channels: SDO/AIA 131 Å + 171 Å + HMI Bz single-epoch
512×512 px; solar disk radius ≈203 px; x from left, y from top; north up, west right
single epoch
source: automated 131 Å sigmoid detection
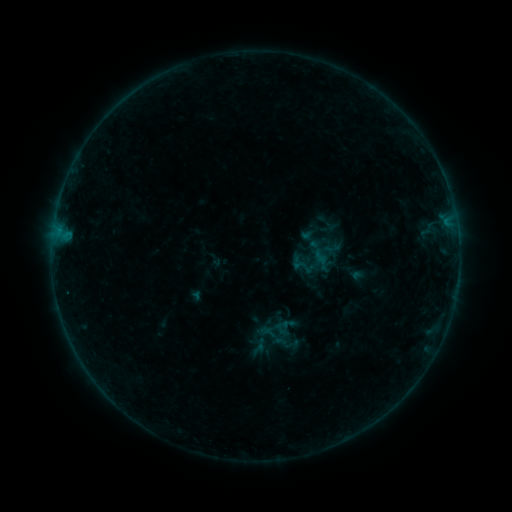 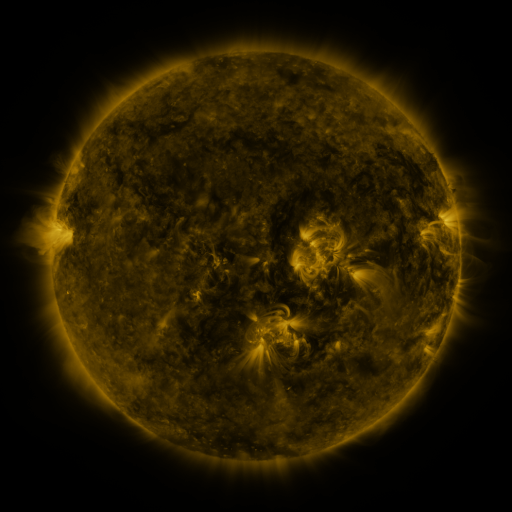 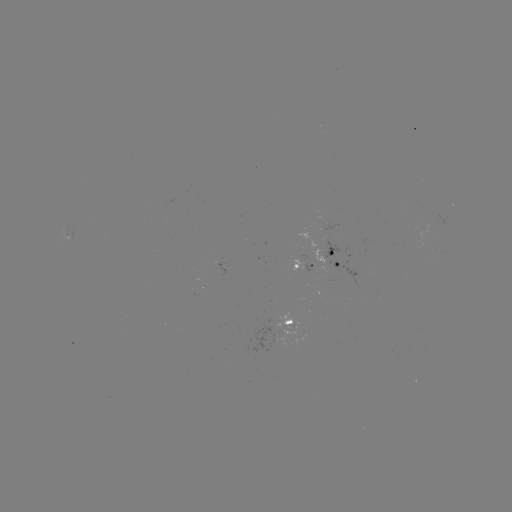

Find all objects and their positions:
sigmoid: (302, 267)
